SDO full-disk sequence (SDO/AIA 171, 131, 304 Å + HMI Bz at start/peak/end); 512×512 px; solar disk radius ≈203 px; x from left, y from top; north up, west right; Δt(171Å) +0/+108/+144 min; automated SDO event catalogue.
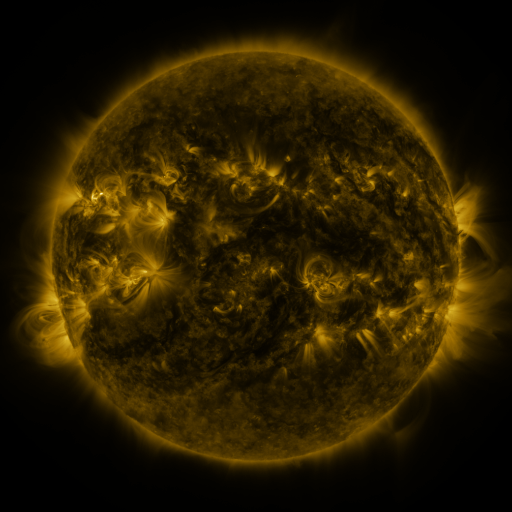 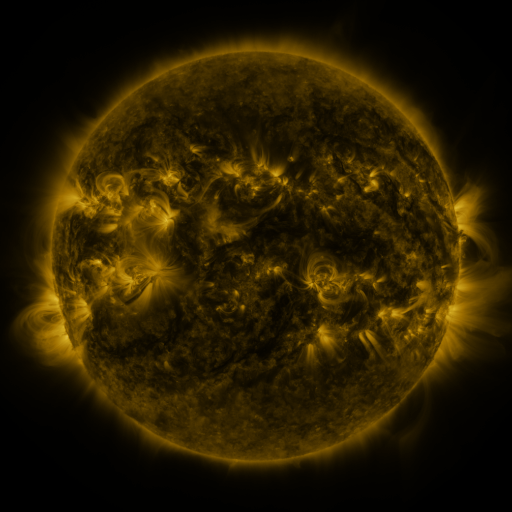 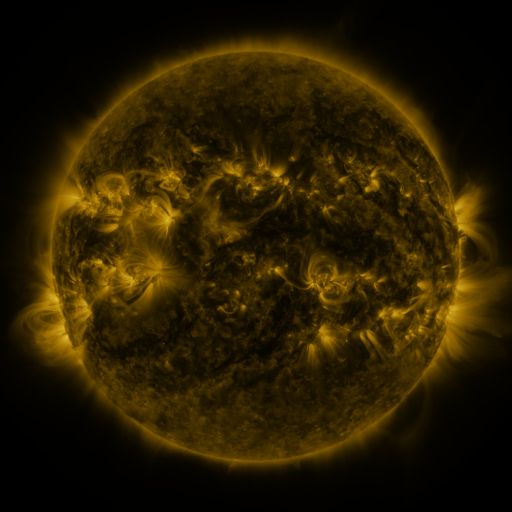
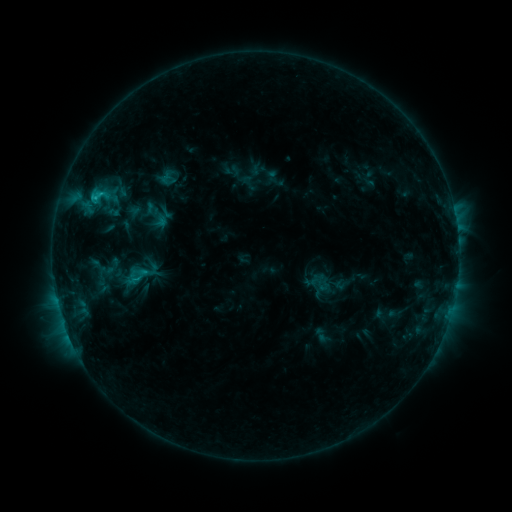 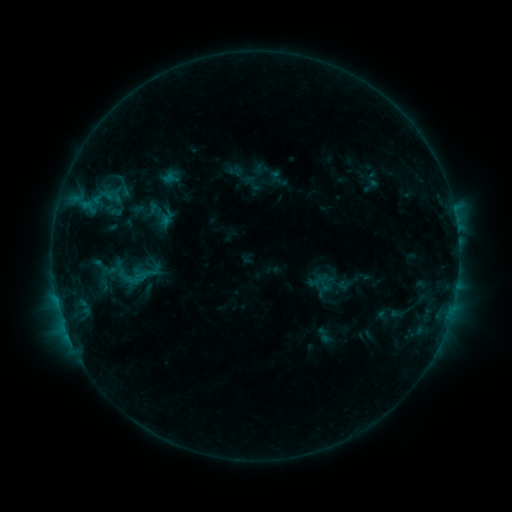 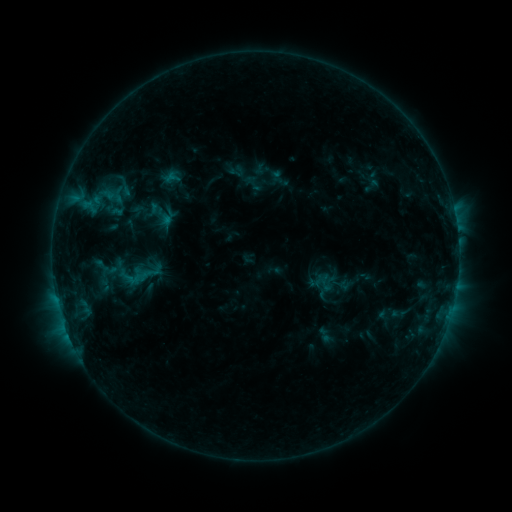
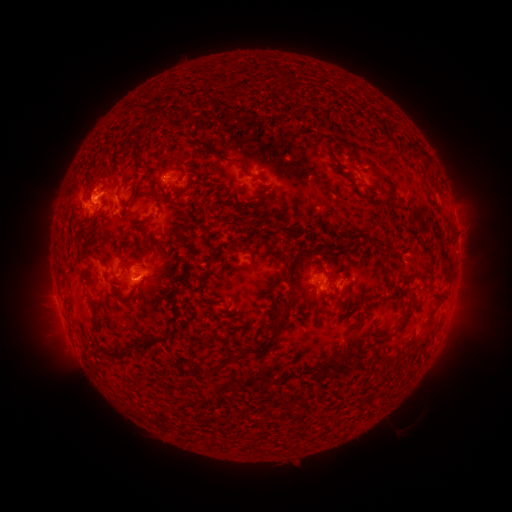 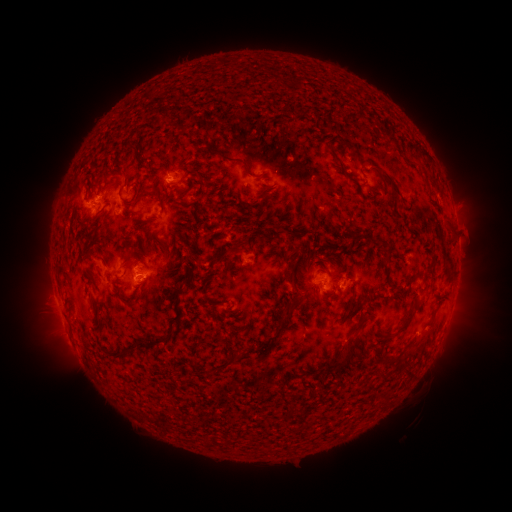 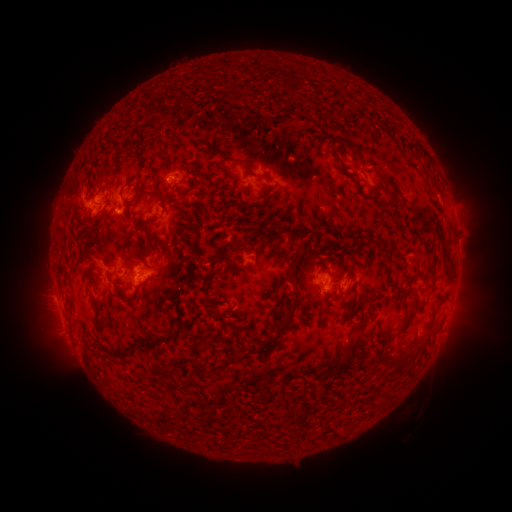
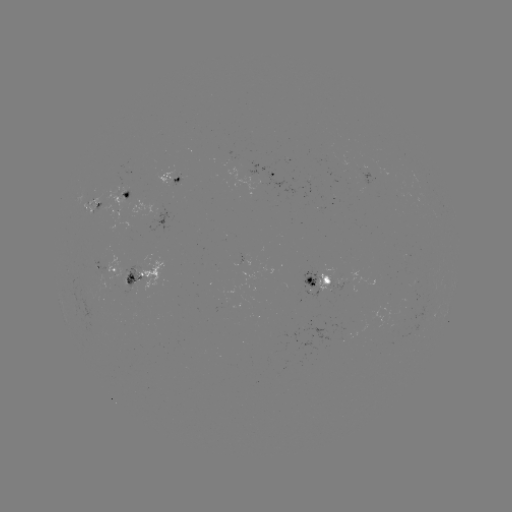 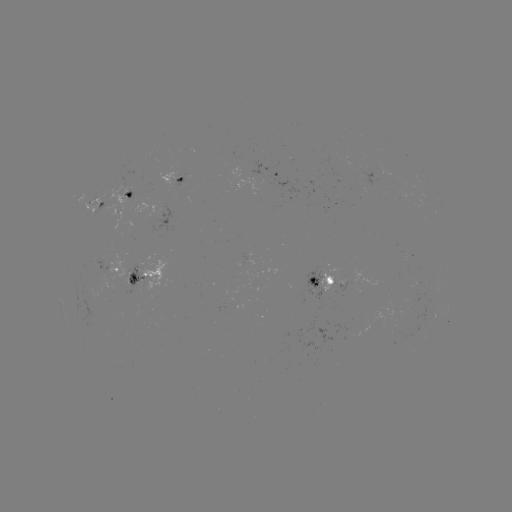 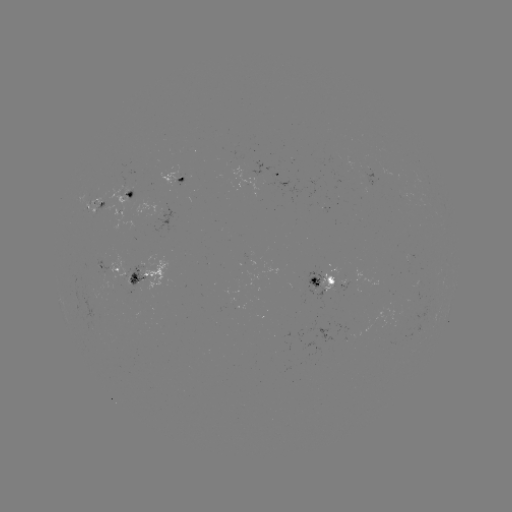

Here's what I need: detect emerging-flux region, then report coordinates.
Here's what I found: emerging-flux region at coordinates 179,179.